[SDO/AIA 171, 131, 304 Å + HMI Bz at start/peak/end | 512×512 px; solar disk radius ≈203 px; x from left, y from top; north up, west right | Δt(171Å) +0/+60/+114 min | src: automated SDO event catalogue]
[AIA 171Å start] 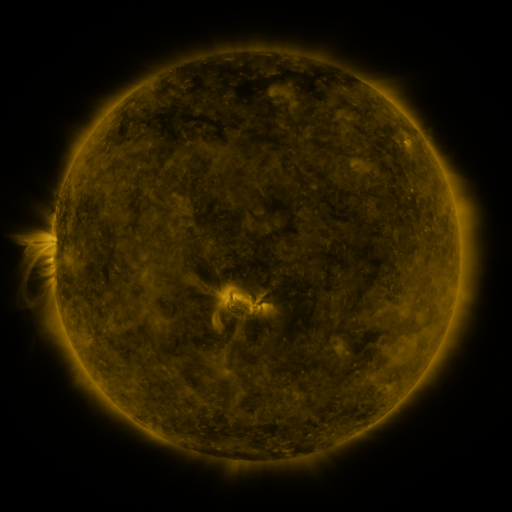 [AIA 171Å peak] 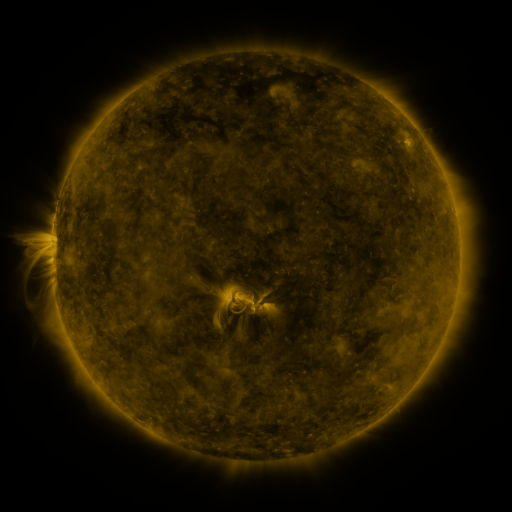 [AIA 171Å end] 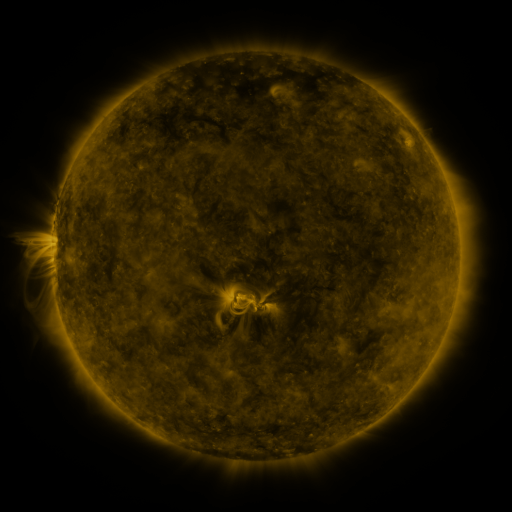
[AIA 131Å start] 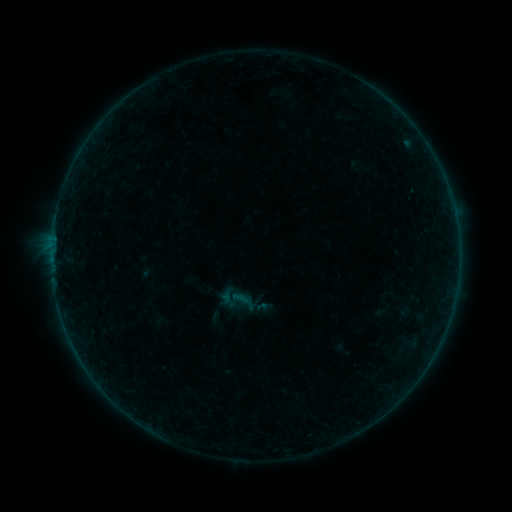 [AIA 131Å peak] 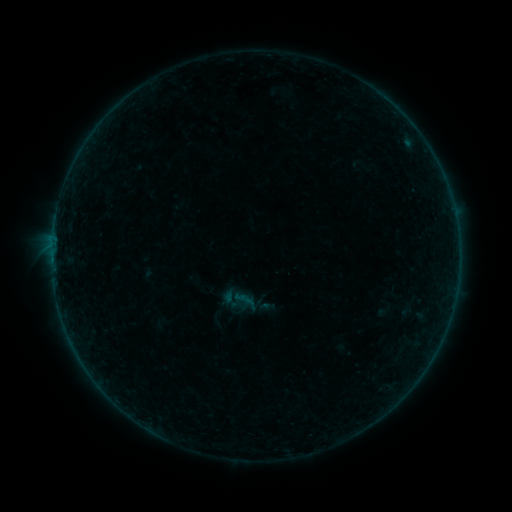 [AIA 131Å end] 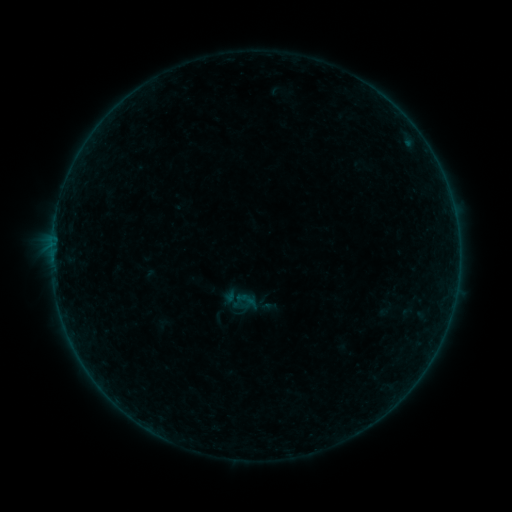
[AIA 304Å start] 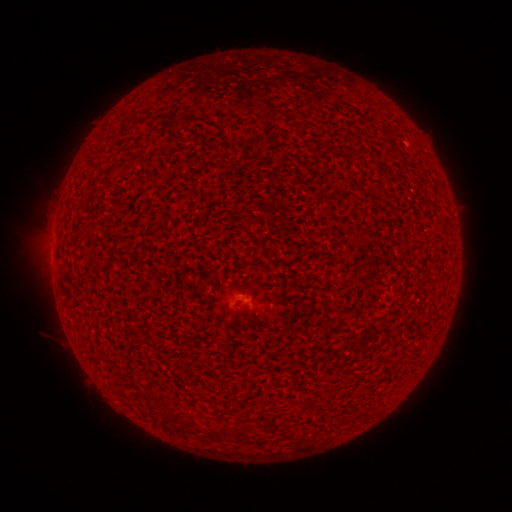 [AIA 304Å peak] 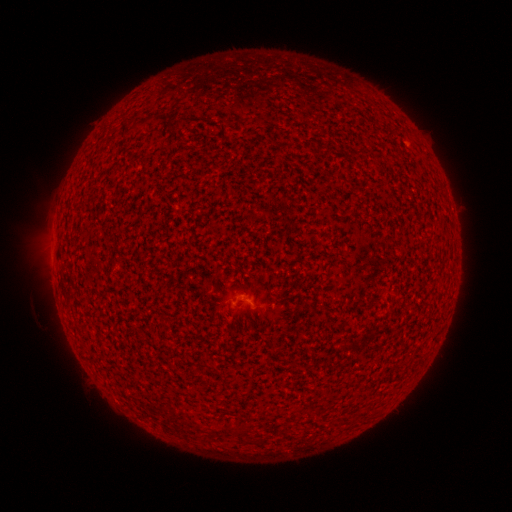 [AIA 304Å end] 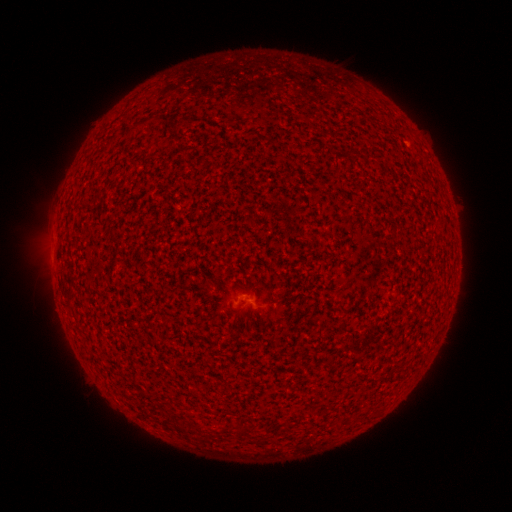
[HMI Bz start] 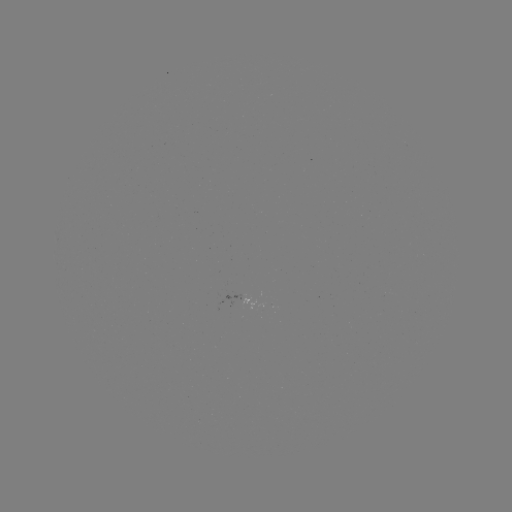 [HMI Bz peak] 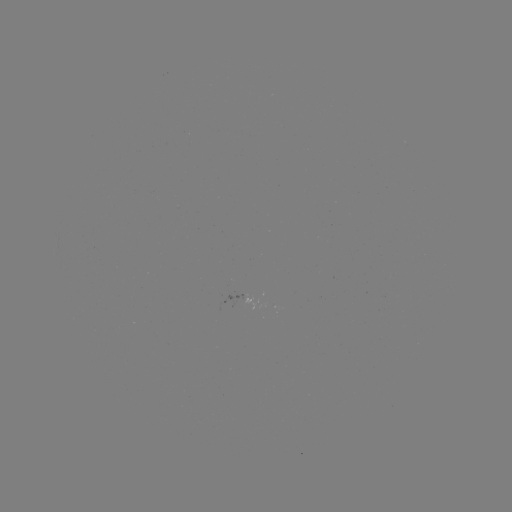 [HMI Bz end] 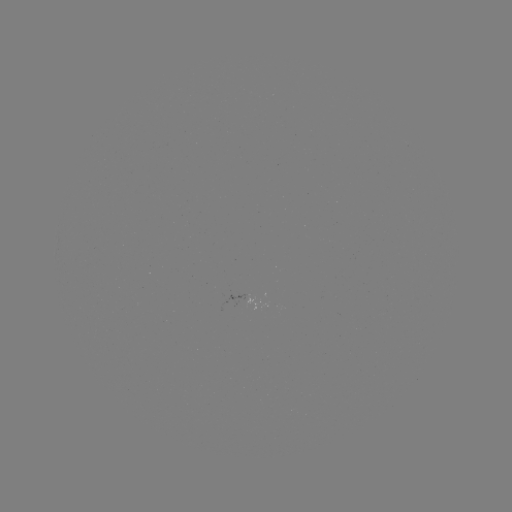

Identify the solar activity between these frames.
A4.8 flare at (245, 305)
